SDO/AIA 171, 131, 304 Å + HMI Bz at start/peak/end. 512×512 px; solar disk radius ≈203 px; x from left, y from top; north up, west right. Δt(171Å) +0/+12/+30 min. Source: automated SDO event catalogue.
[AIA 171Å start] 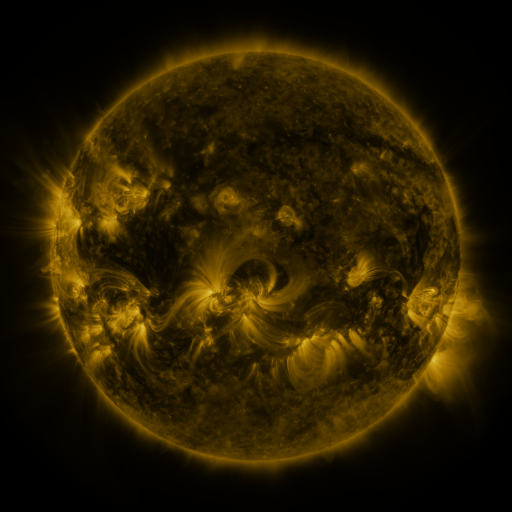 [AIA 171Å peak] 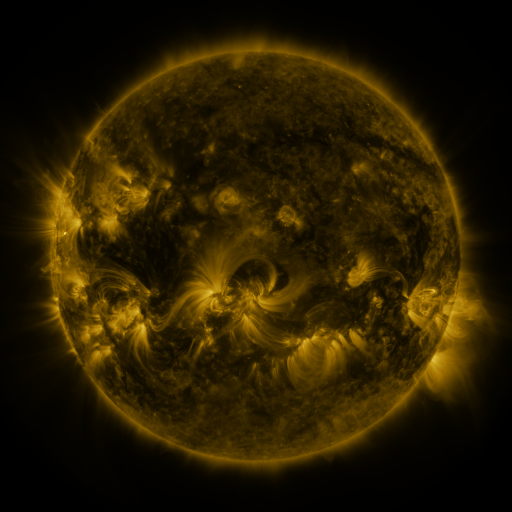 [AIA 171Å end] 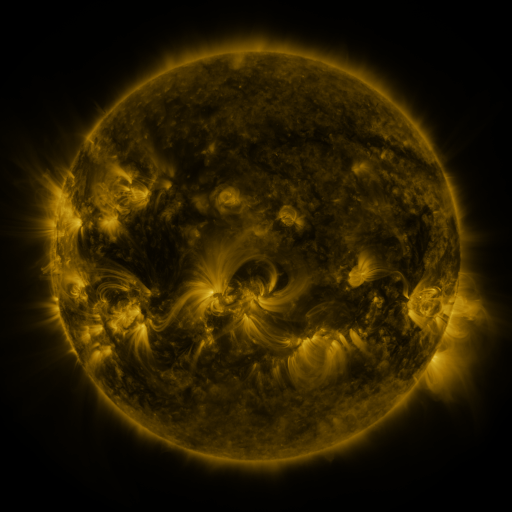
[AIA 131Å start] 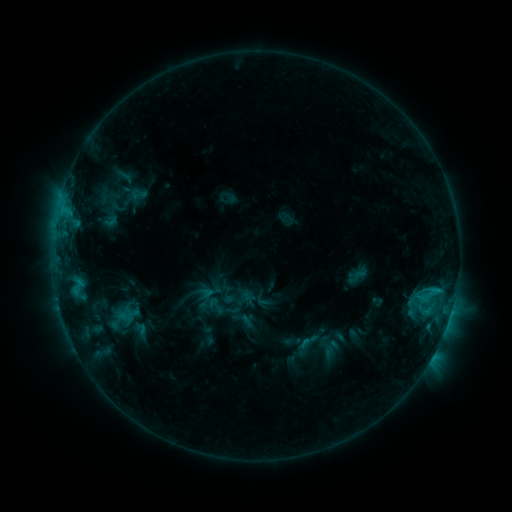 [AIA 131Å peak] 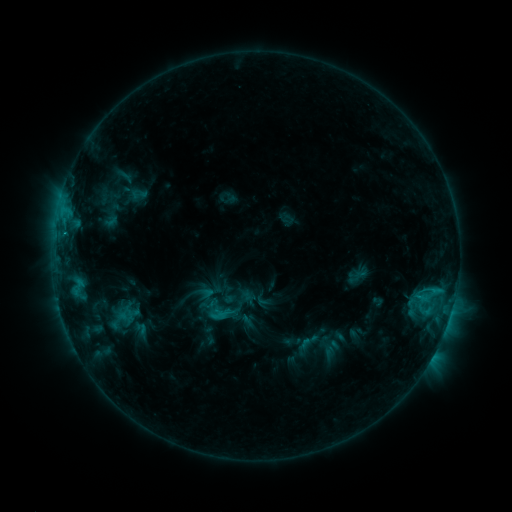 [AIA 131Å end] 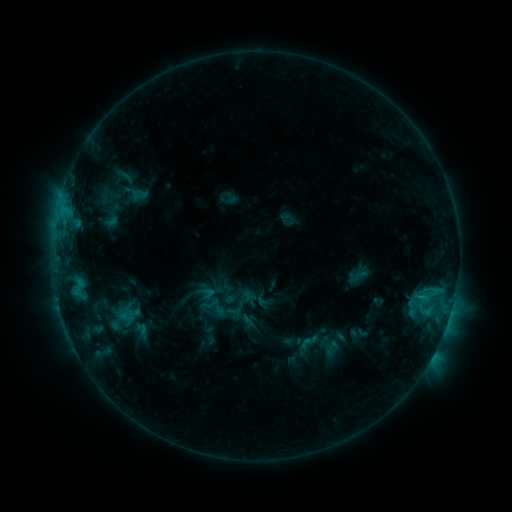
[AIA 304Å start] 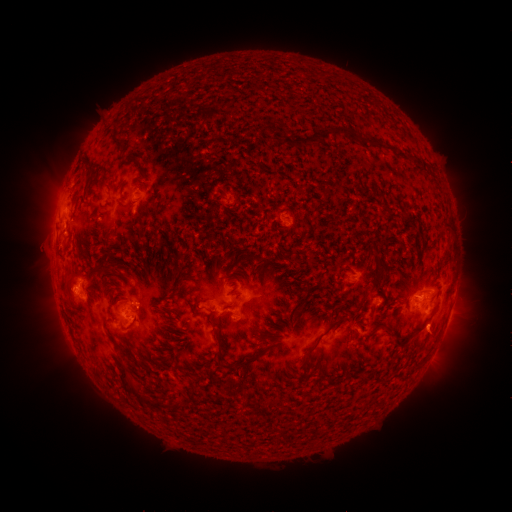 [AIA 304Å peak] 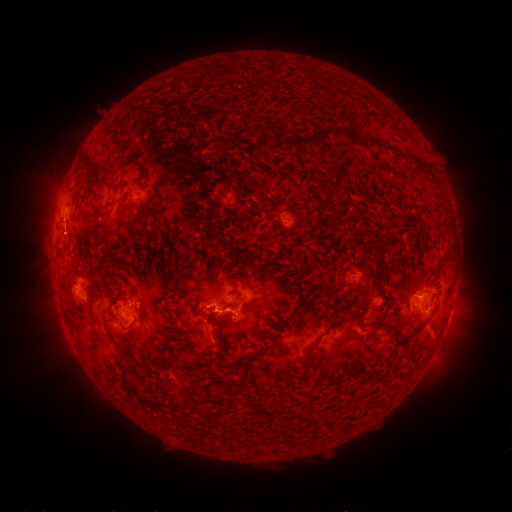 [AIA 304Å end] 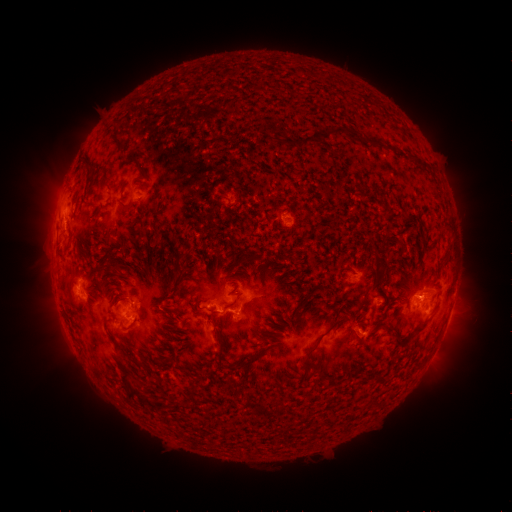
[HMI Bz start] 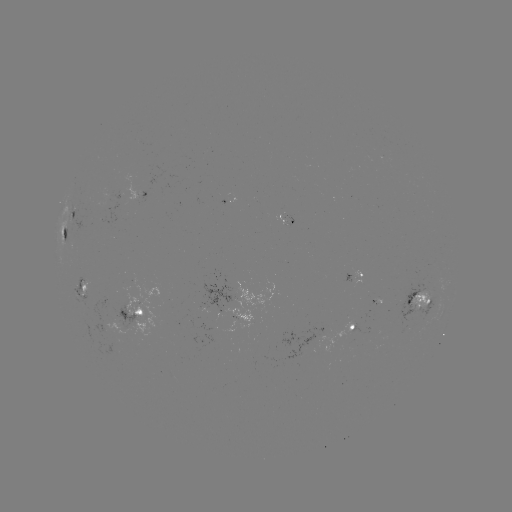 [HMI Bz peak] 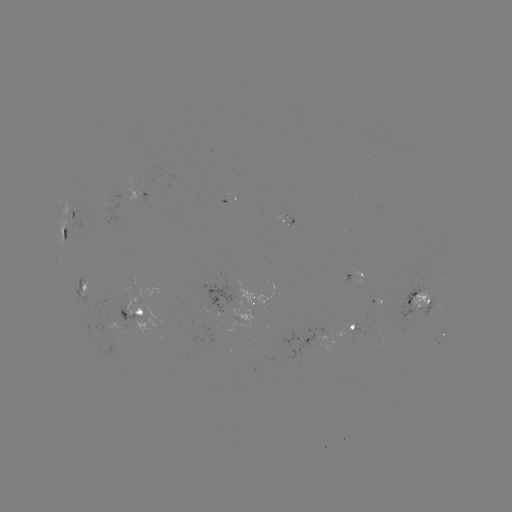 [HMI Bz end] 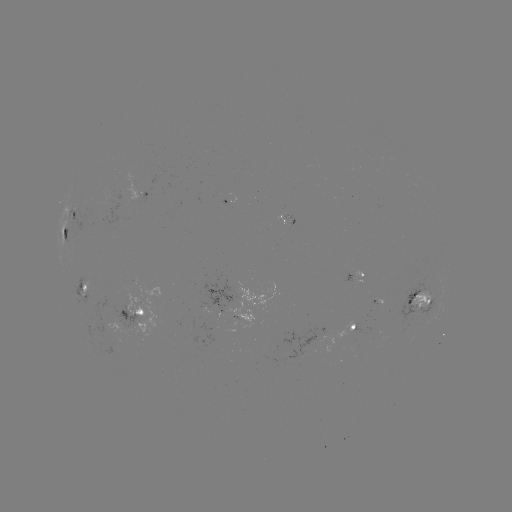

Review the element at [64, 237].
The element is C1.9 flare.